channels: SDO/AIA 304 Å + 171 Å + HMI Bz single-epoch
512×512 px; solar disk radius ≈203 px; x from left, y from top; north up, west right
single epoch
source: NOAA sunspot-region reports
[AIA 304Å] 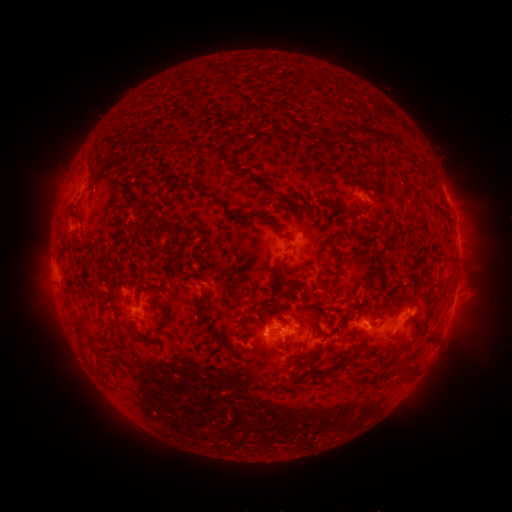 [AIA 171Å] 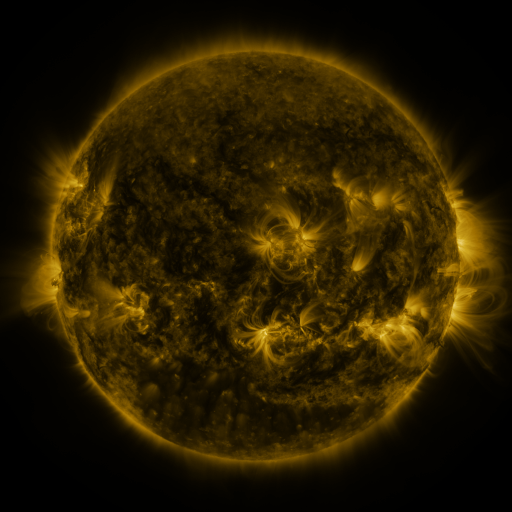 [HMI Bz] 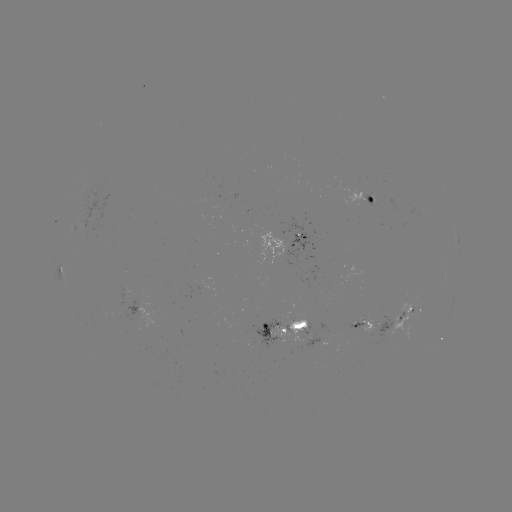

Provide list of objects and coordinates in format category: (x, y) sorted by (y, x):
spotted active region: (369, 194)
spotted active region: (294, 236)
spotted active region: (458, 245)
spotted active region: (63, 267)
spotted active region: (453, 305)
spotted active region: (408, 313)
spotted active region: (158, 317)
spotted active region: (289, 324)
spotted active region: (369, 324)
